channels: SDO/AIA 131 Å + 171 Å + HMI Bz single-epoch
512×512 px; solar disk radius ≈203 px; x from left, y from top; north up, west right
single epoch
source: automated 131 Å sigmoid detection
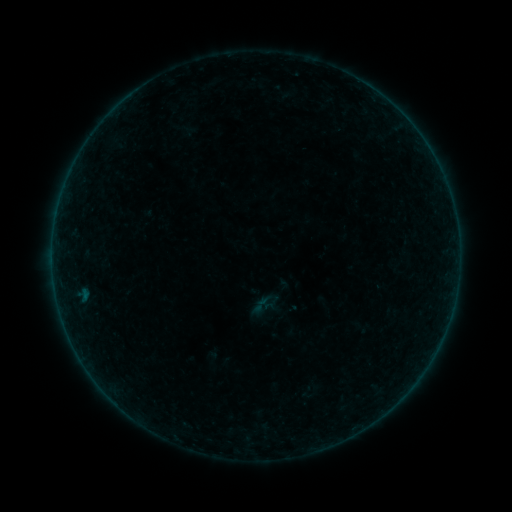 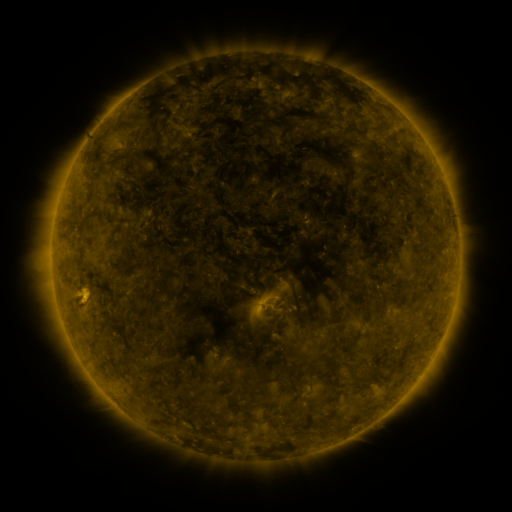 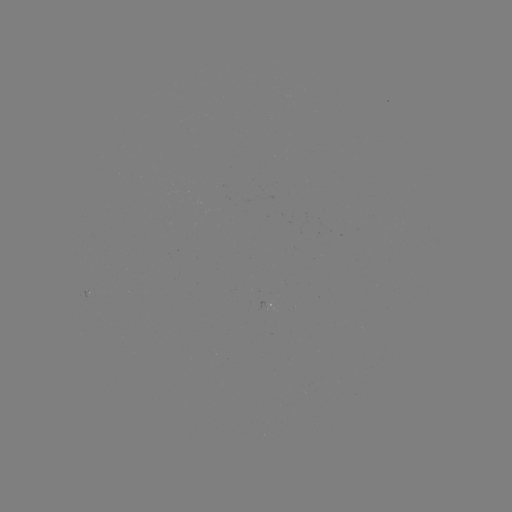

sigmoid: (251, 295, 271, 314)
